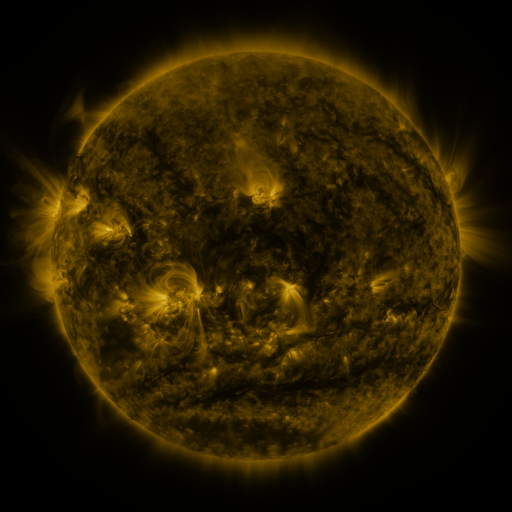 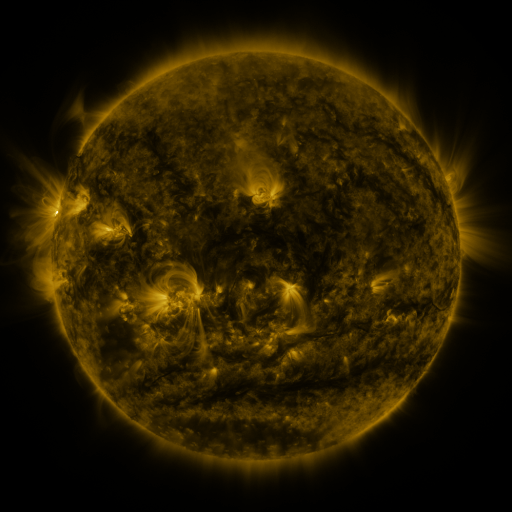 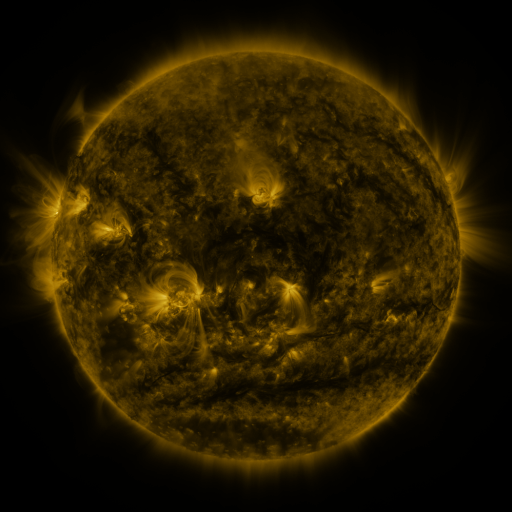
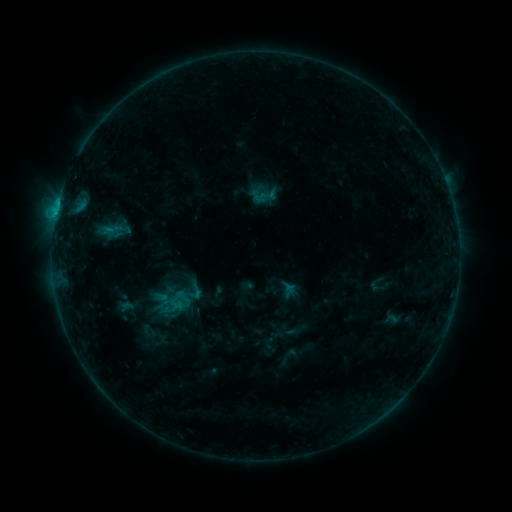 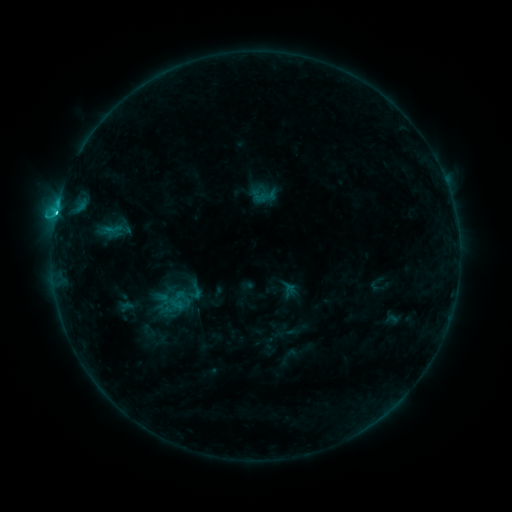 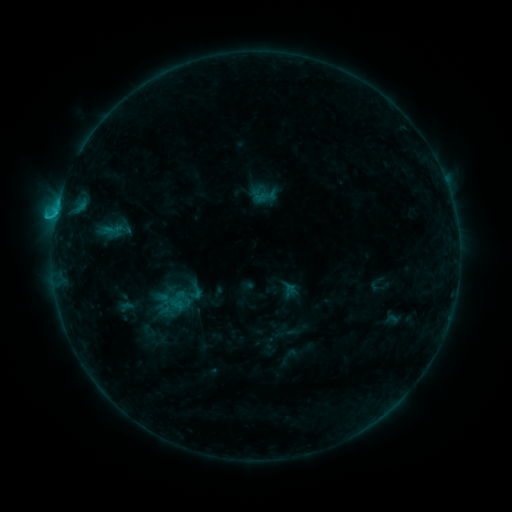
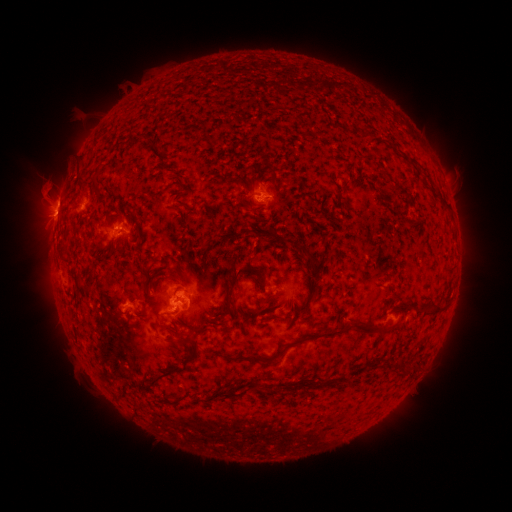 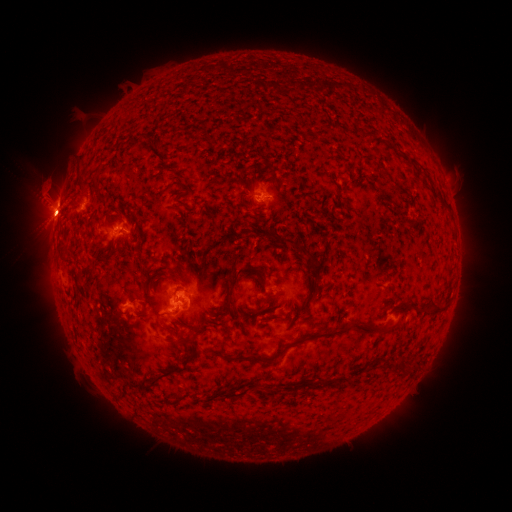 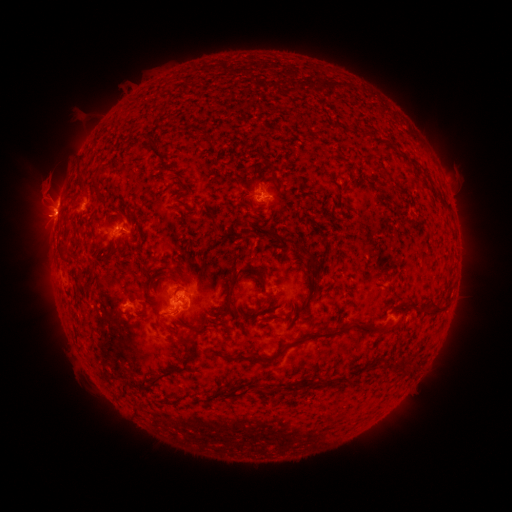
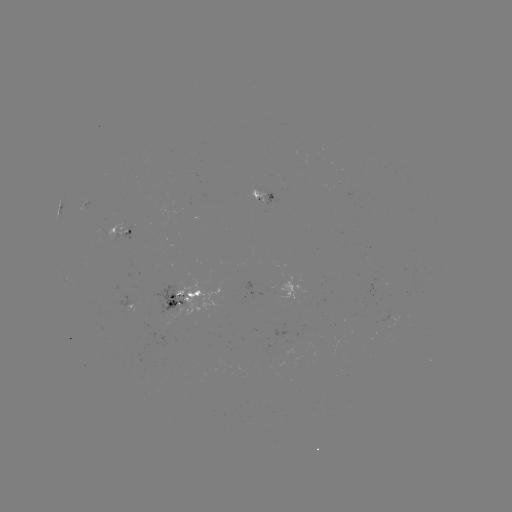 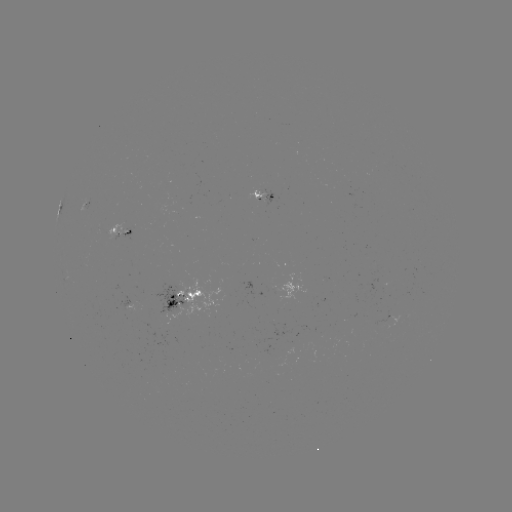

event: flare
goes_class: C1.5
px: (174, 307)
